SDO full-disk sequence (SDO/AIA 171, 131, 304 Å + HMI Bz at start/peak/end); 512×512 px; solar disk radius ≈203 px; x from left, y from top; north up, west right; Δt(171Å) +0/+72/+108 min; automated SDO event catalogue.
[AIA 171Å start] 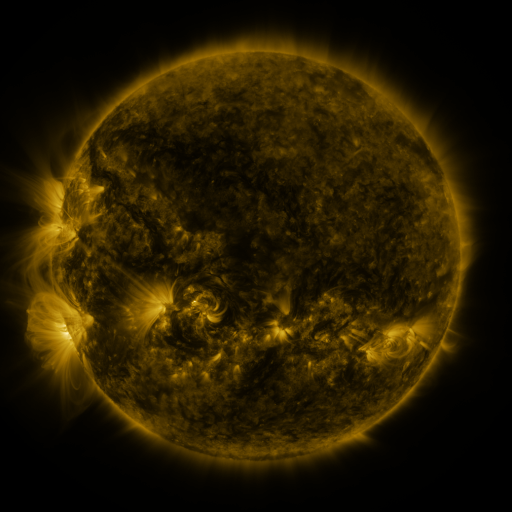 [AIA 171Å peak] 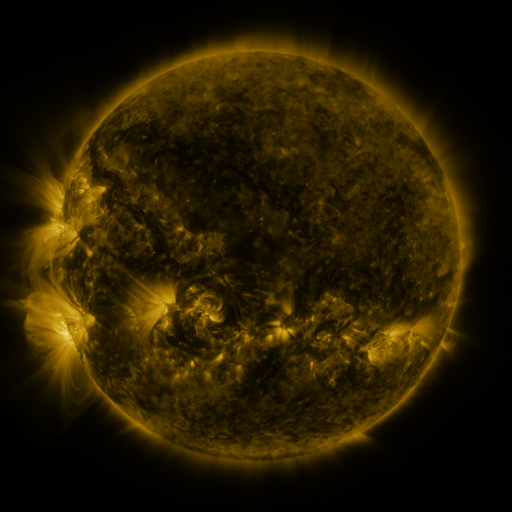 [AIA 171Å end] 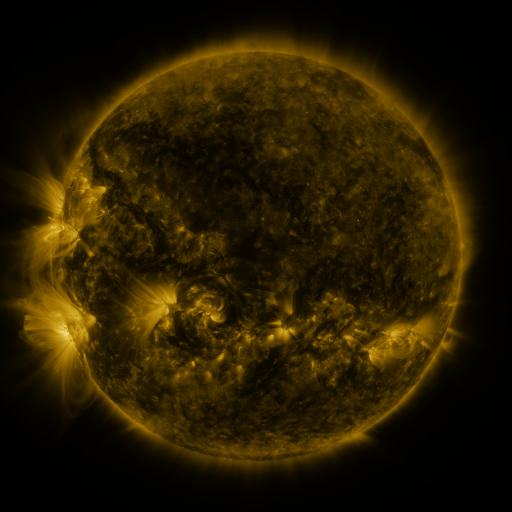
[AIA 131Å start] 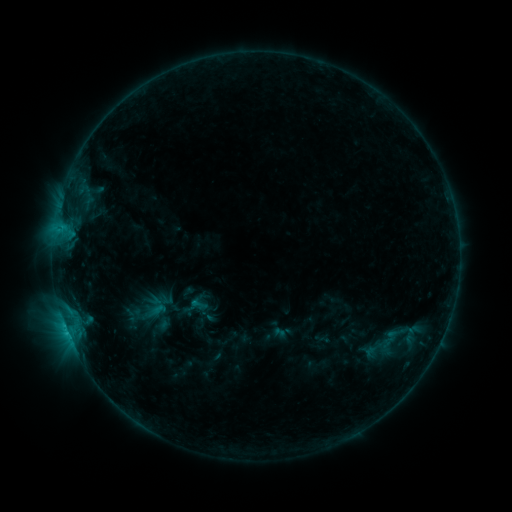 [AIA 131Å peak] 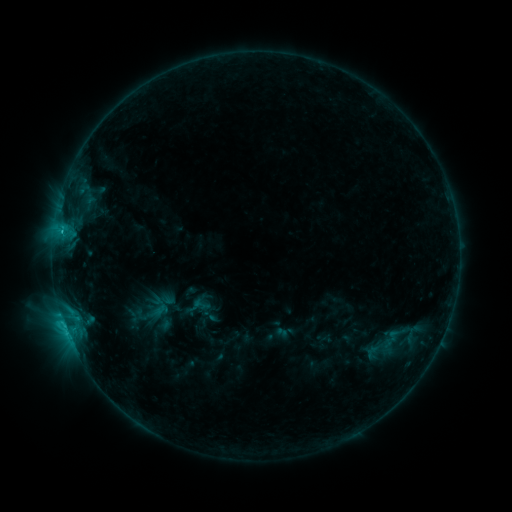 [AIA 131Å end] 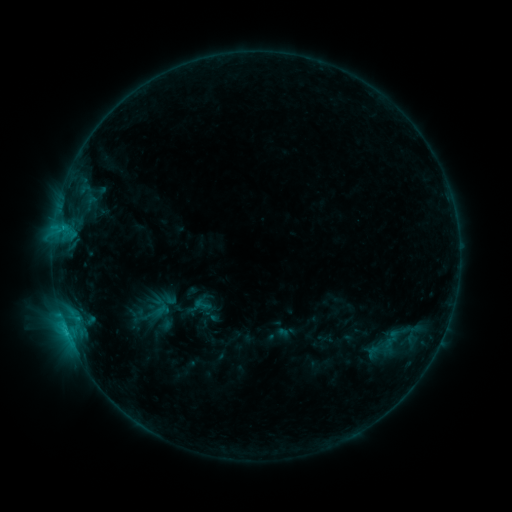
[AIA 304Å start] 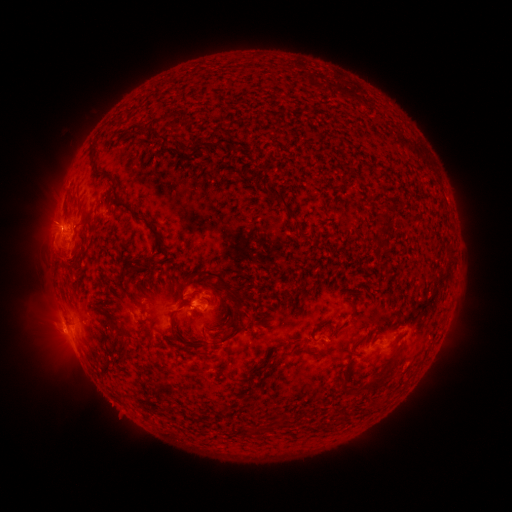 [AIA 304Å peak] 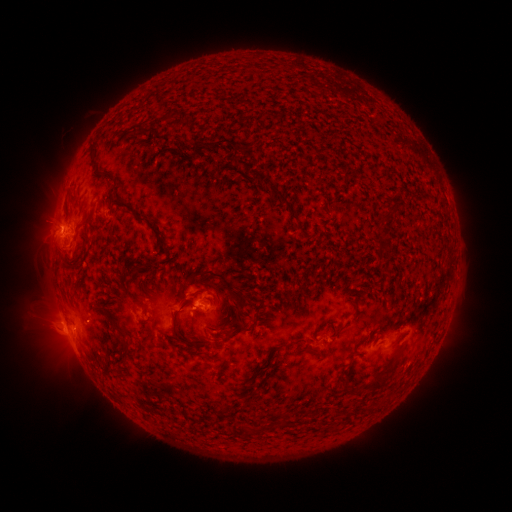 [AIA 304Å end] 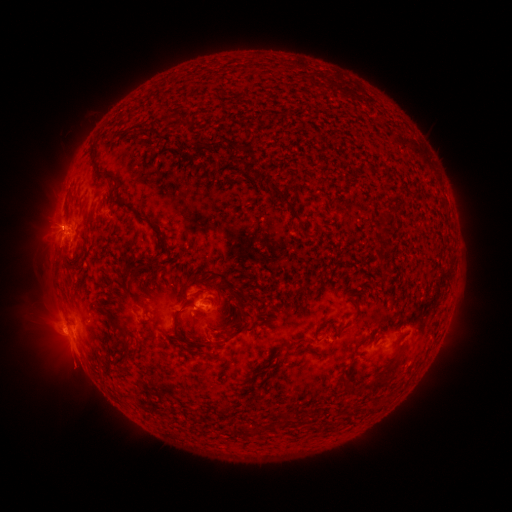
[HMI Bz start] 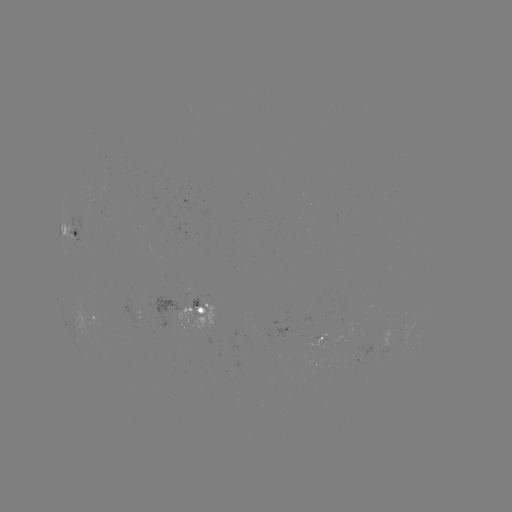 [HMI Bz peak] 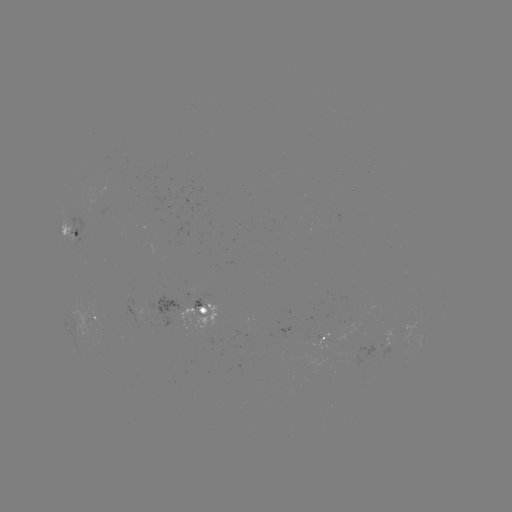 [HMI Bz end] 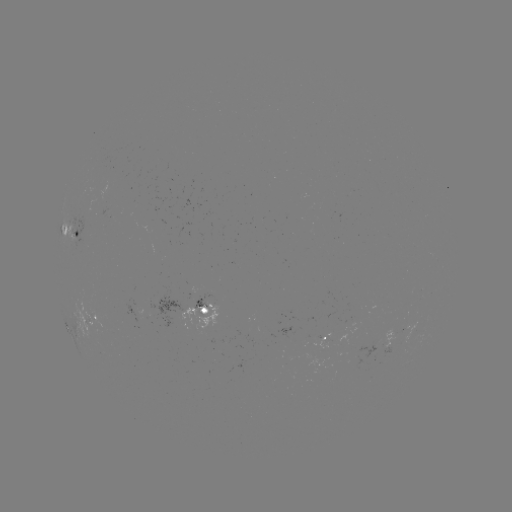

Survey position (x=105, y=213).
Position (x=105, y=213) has emerging-flux region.